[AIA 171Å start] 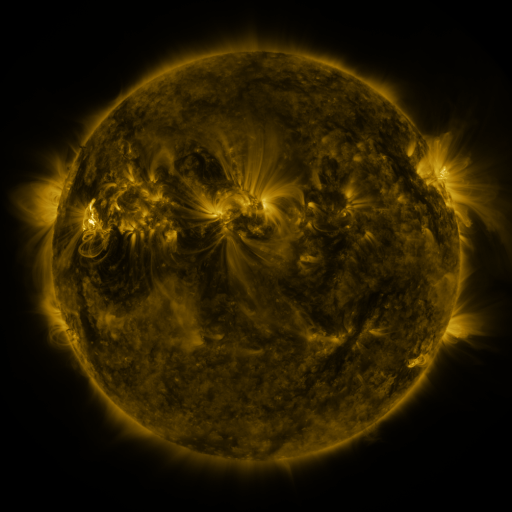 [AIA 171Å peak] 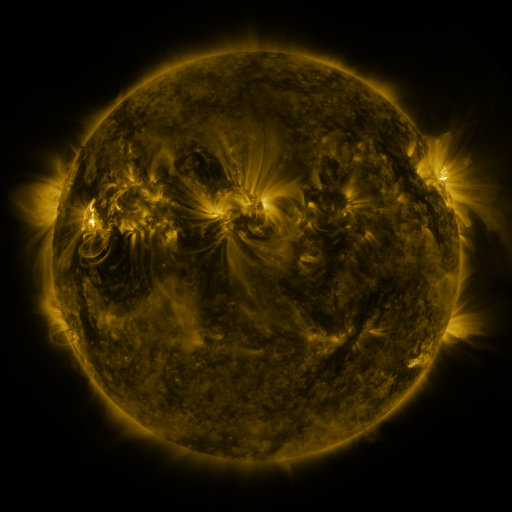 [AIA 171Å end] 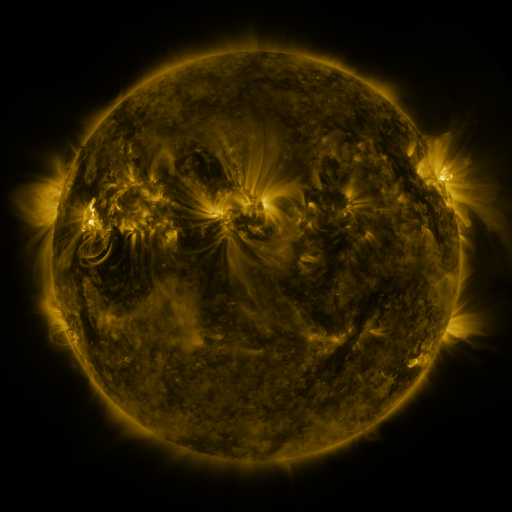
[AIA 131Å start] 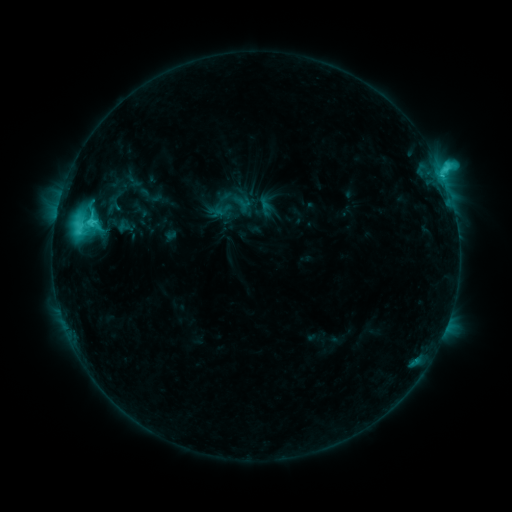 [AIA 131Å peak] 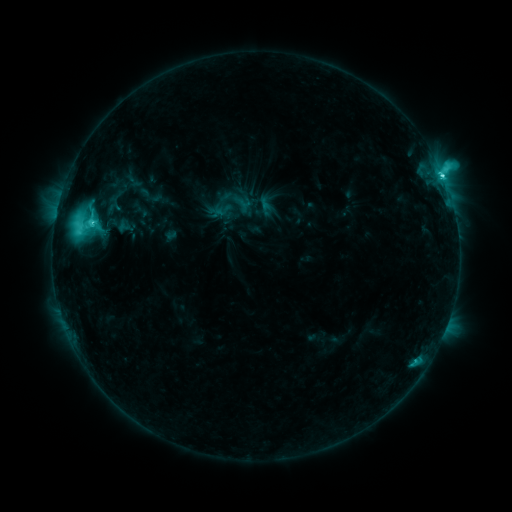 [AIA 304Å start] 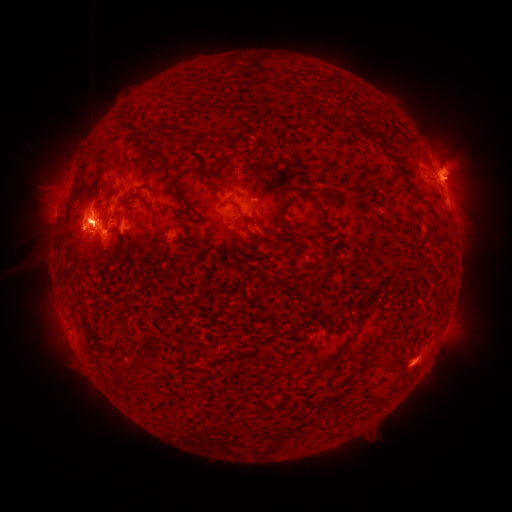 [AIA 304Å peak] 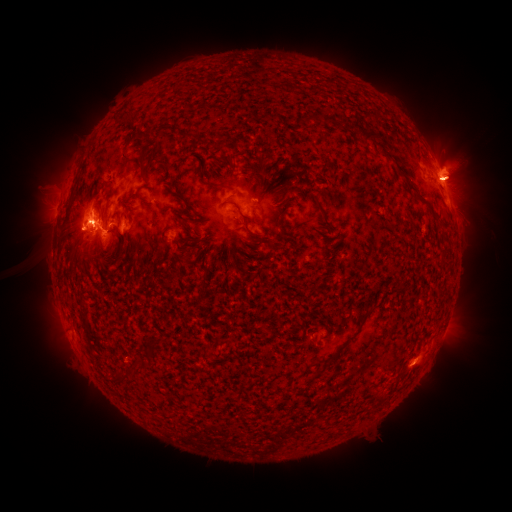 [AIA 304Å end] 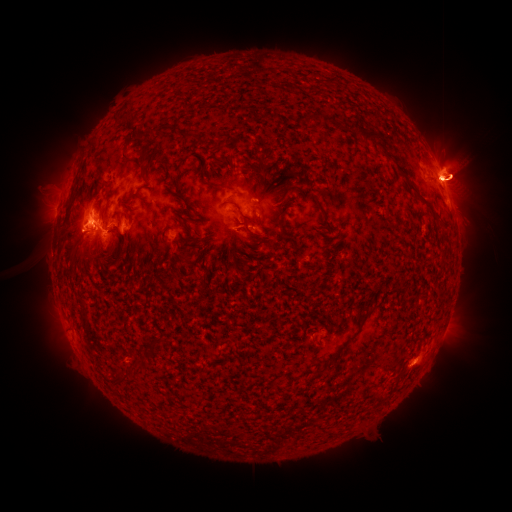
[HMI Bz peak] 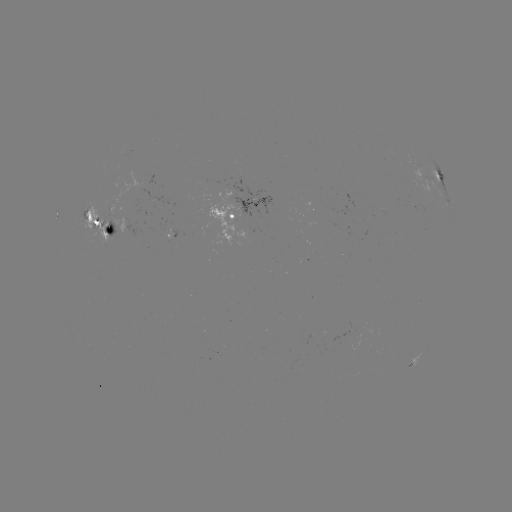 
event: eruption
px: (452, 343)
